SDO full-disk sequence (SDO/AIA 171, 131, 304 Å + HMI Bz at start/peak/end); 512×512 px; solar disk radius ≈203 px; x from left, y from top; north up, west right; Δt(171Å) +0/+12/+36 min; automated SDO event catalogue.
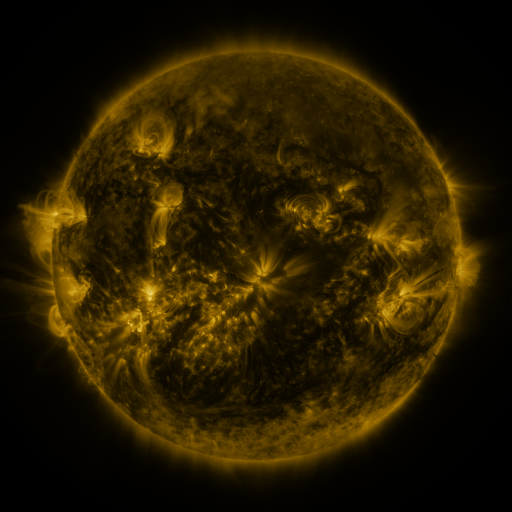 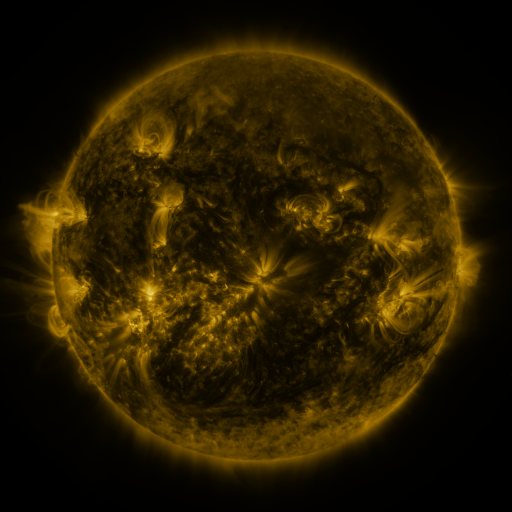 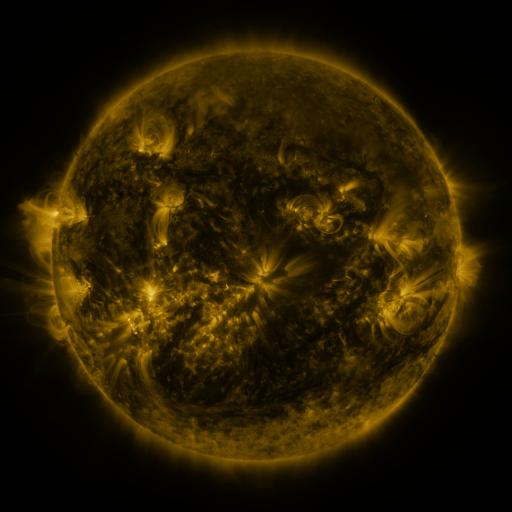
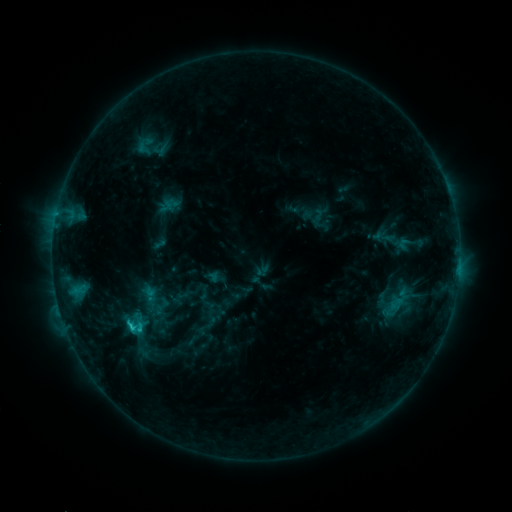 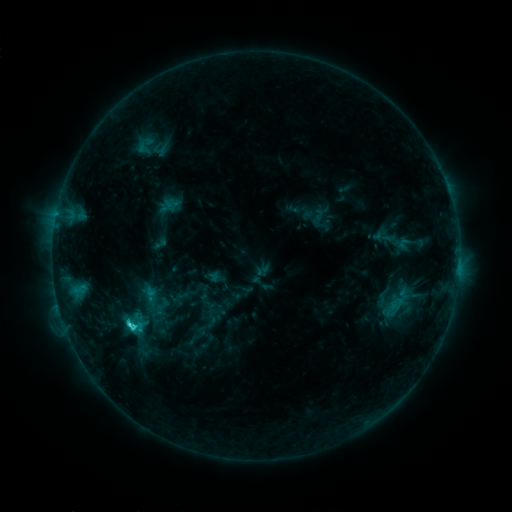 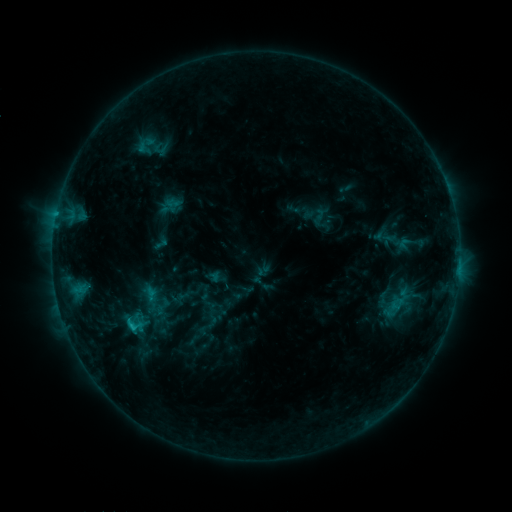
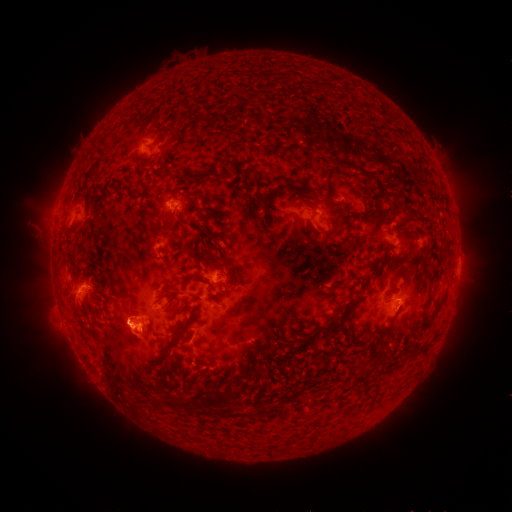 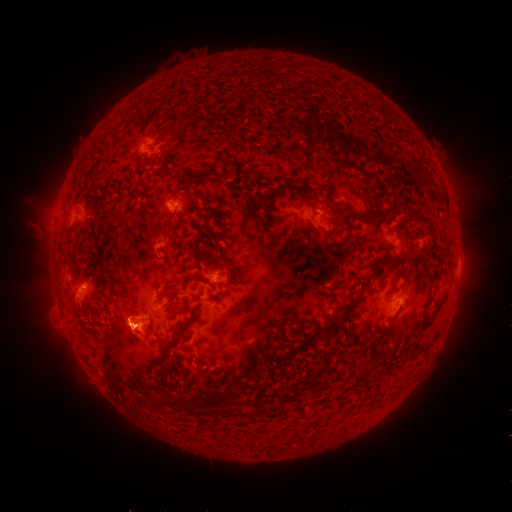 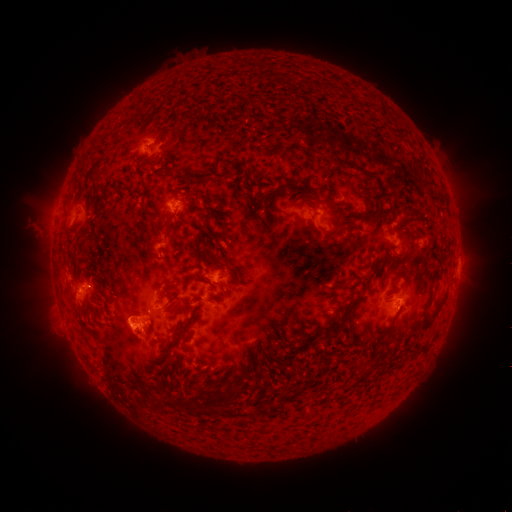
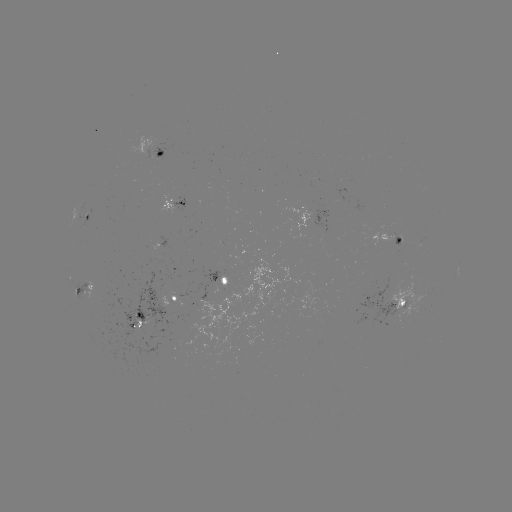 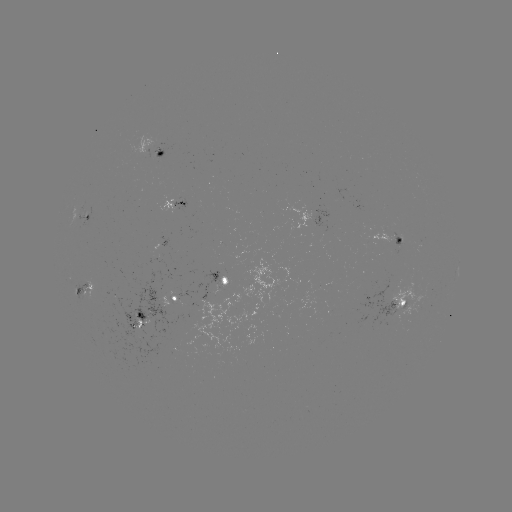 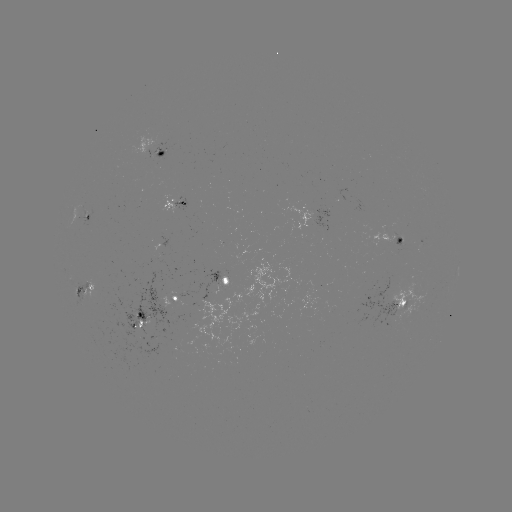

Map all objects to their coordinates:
C3.2 flare: (132, 320)
